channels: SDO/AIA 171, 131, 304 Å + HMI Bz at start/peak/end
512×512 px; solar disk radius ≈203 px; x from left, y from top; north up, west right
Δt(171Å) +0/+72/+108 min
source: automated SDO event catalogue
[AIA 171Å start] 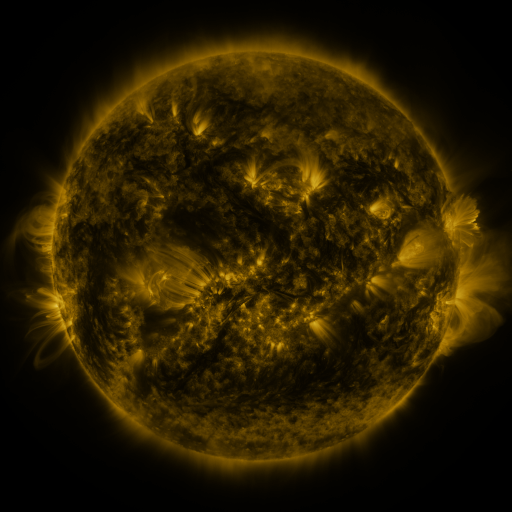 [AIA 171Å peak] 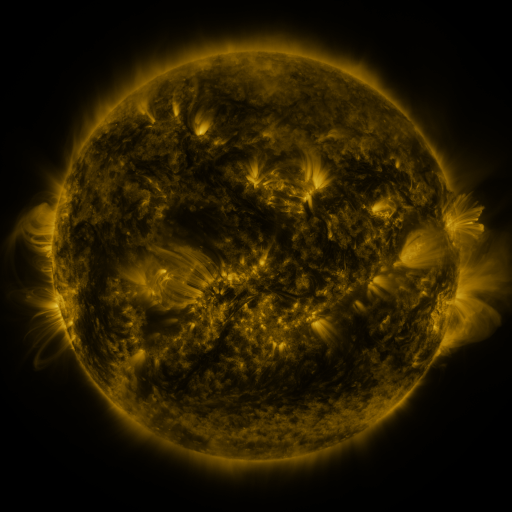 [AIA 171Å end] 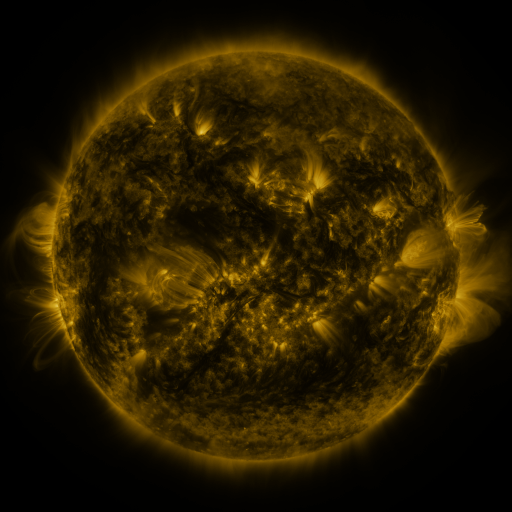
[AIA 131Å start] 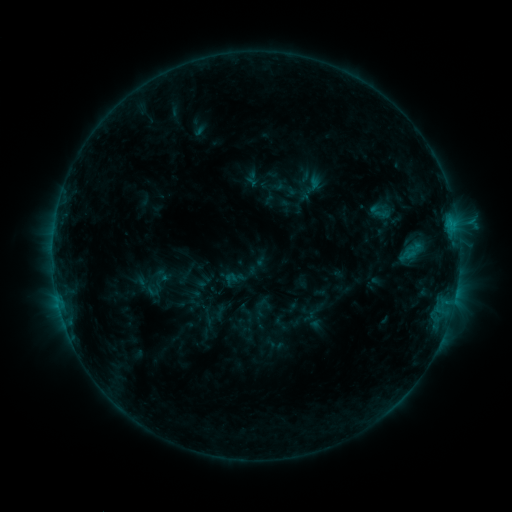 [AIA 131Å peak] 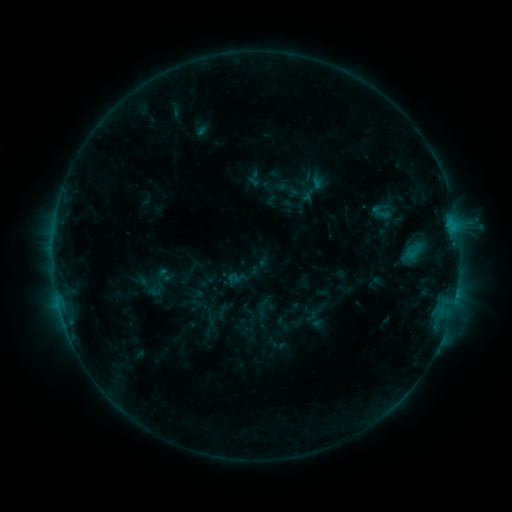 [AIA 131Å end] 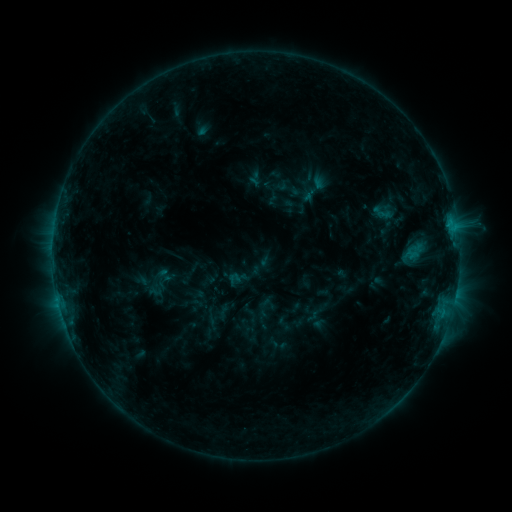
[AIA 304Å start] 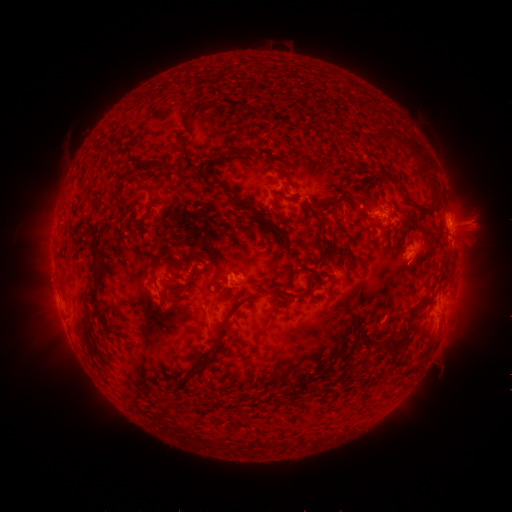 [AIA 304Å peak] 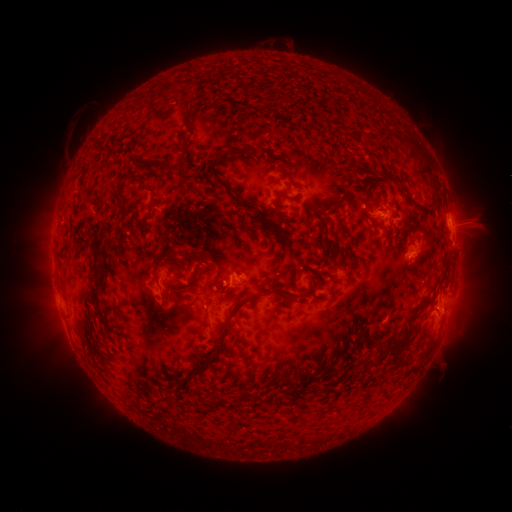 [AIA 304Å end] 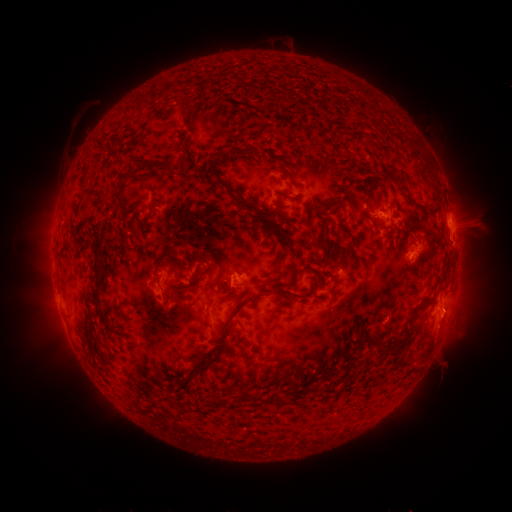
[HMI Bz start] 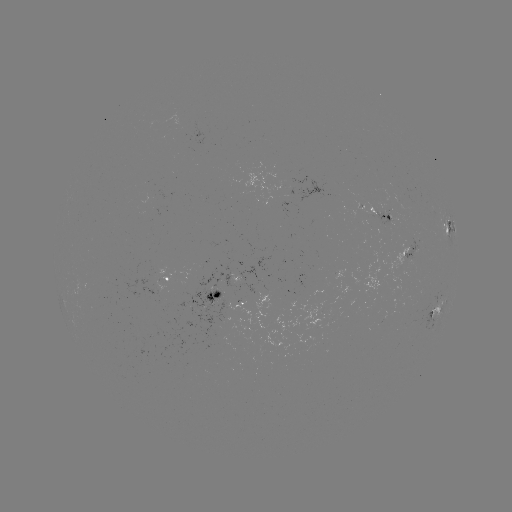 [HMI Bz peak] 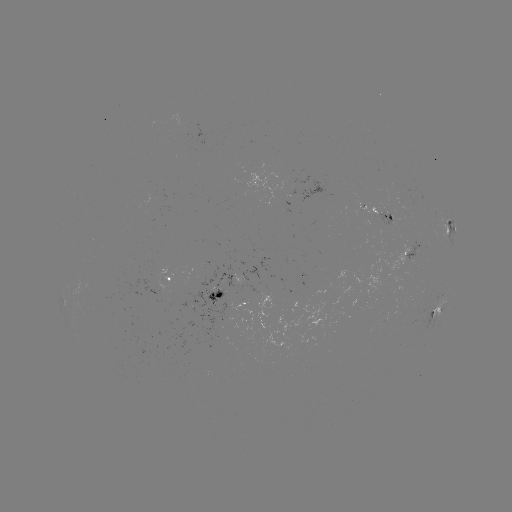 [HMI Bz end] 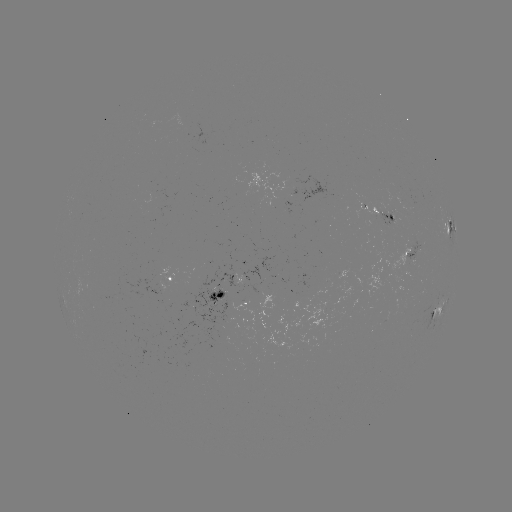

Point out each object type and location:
emerging-flux region: (165, 279)
